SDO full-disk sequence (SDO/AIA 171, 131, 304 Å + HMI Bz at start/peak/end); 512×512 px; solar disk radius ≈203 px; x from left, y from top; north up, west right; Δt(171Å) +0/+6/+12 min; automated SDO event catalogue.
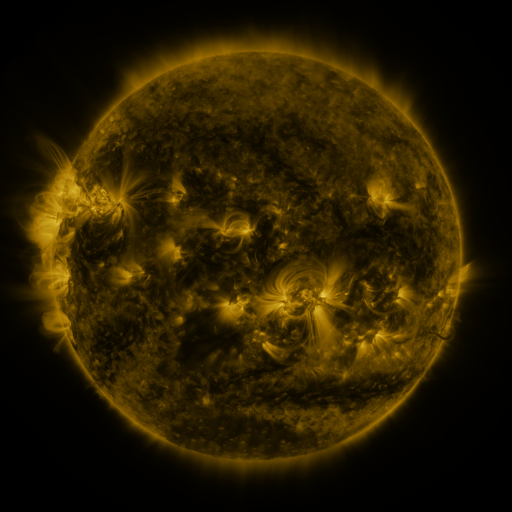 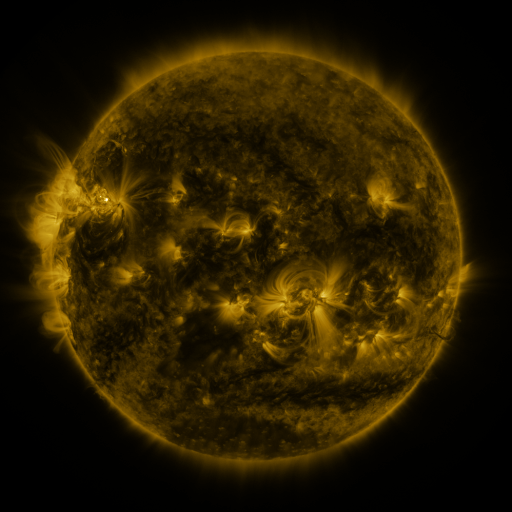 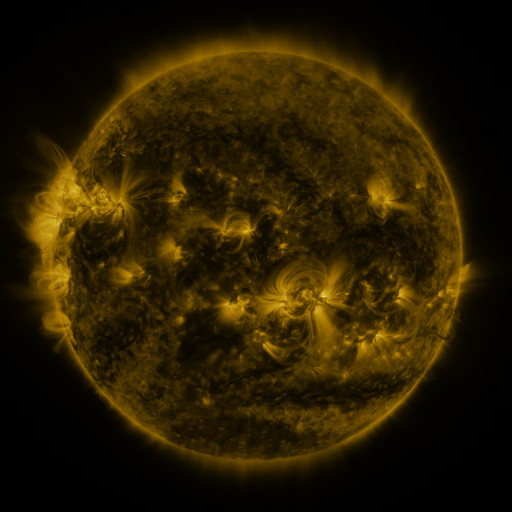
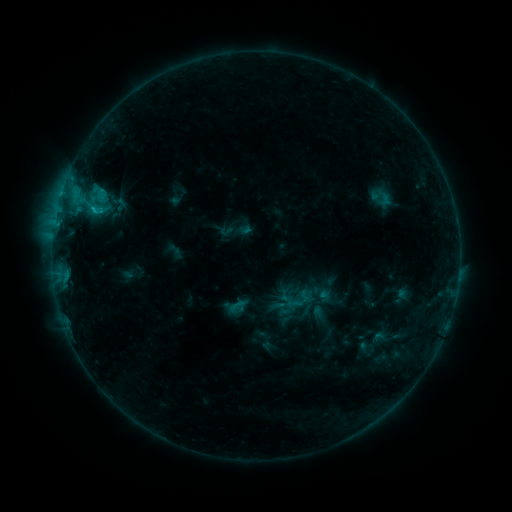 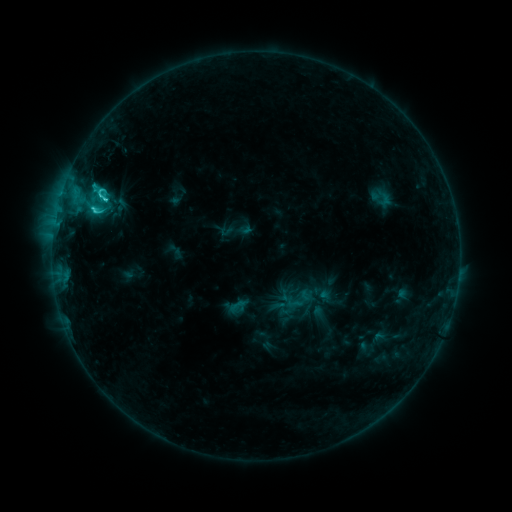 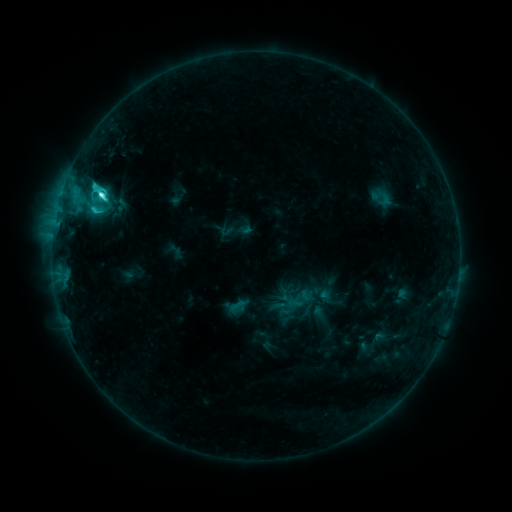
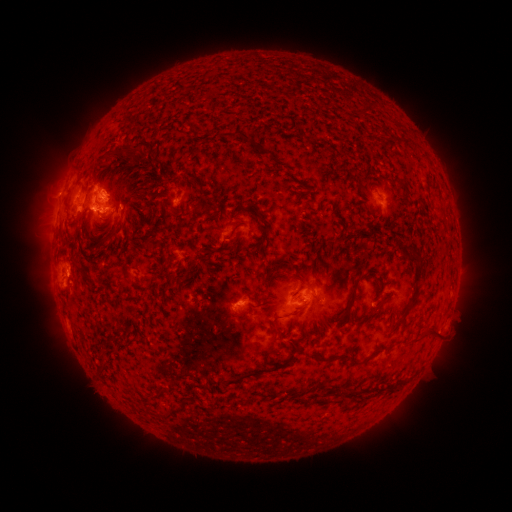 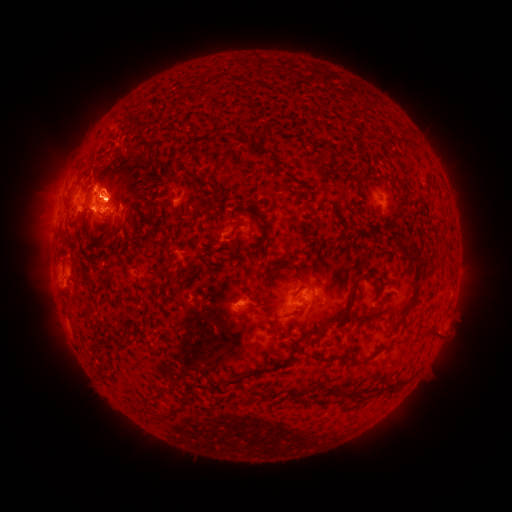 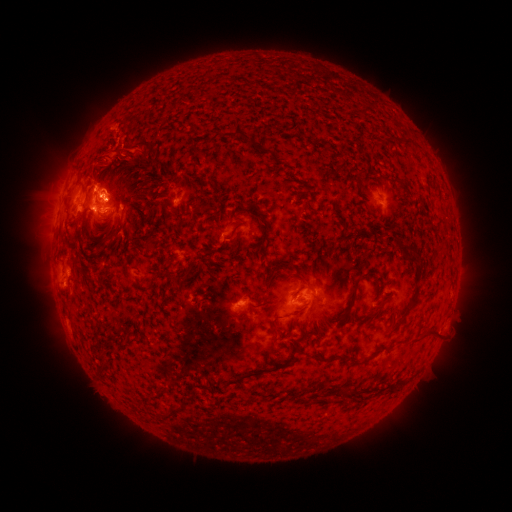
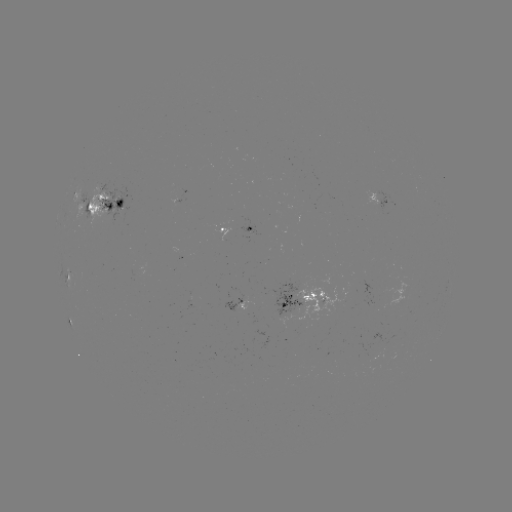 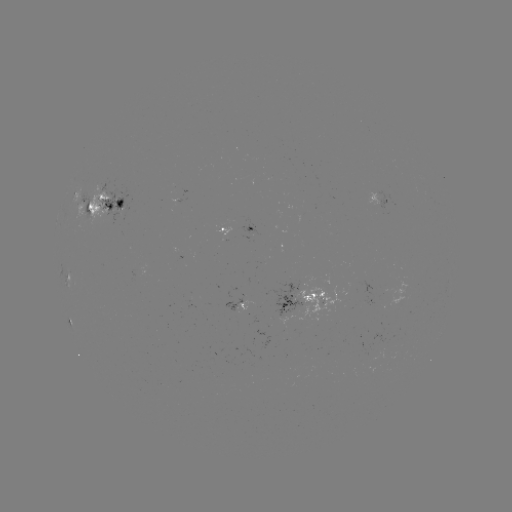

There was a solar eruption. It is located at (121, 199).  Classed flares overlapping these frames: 1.